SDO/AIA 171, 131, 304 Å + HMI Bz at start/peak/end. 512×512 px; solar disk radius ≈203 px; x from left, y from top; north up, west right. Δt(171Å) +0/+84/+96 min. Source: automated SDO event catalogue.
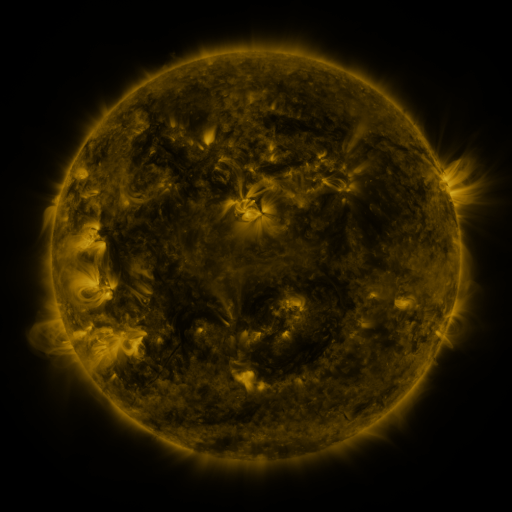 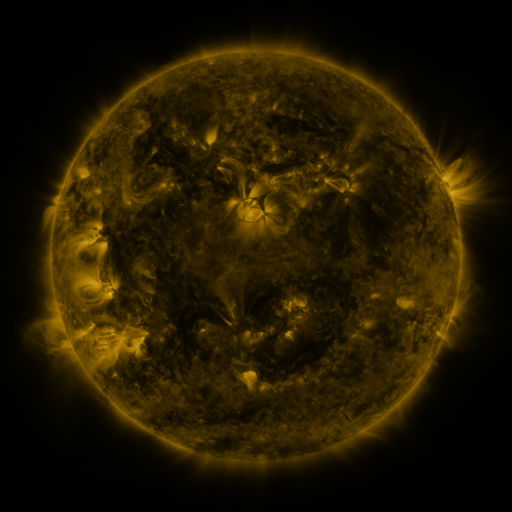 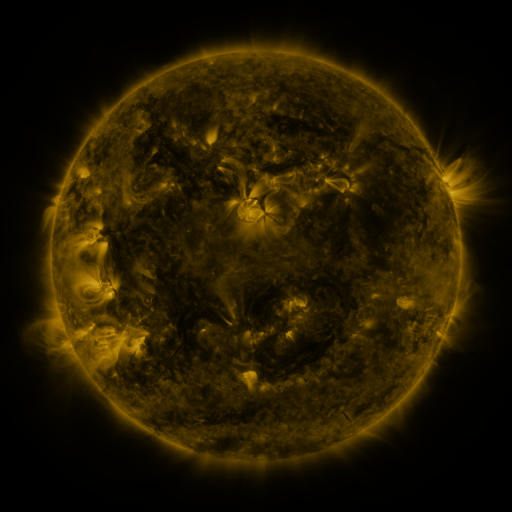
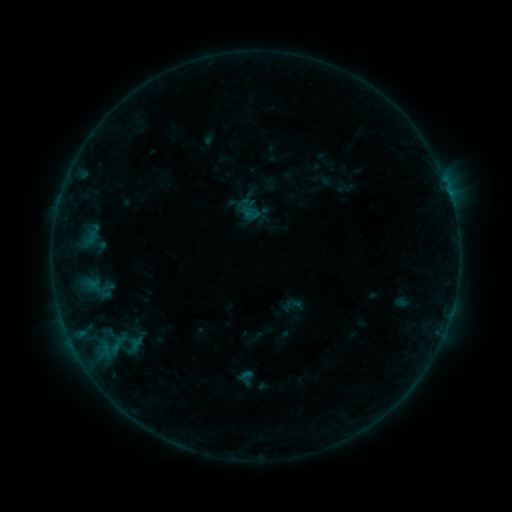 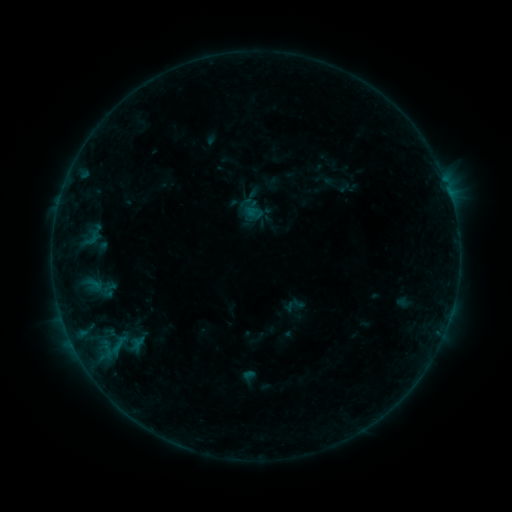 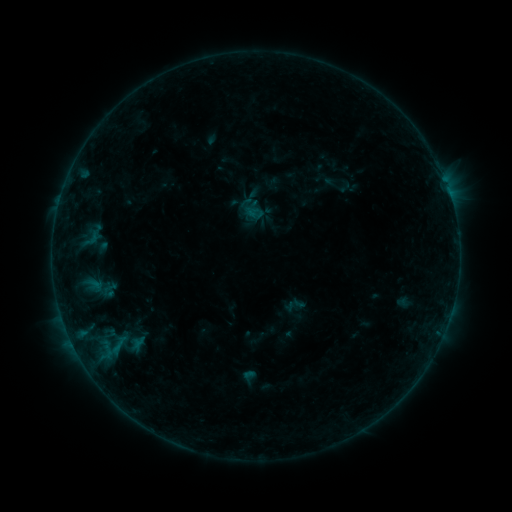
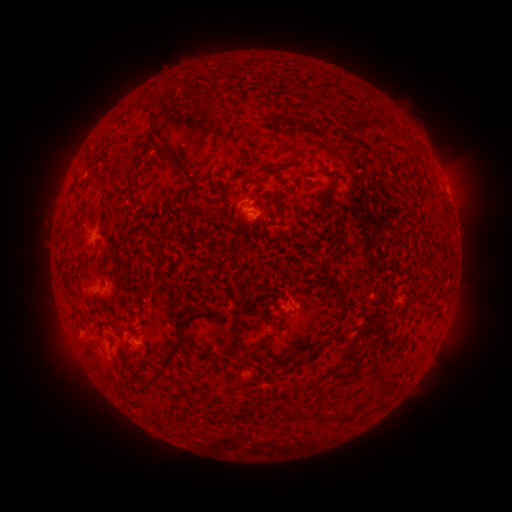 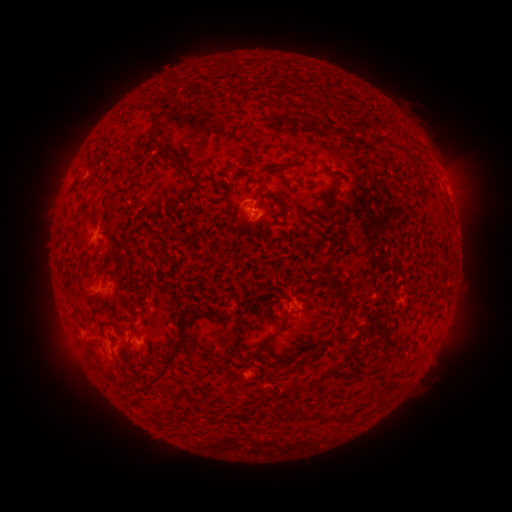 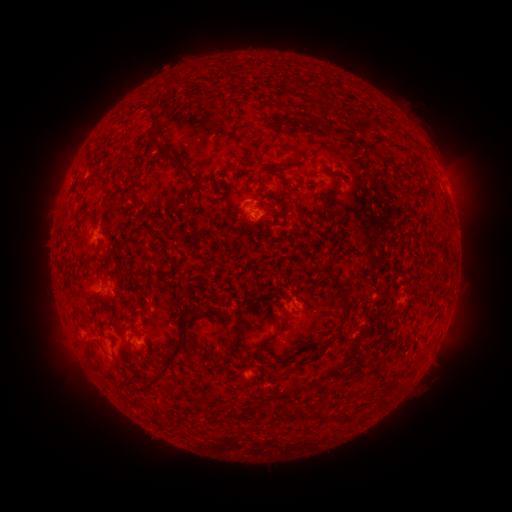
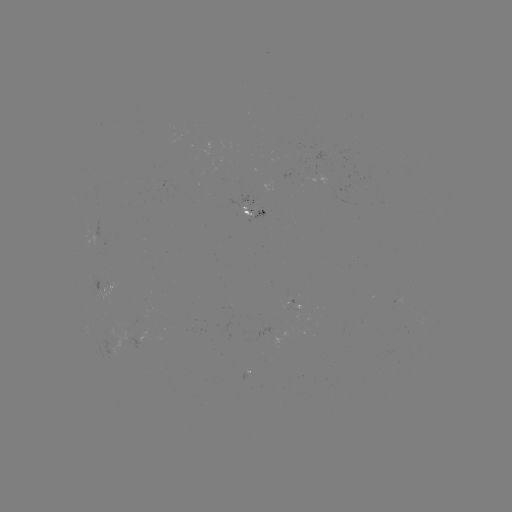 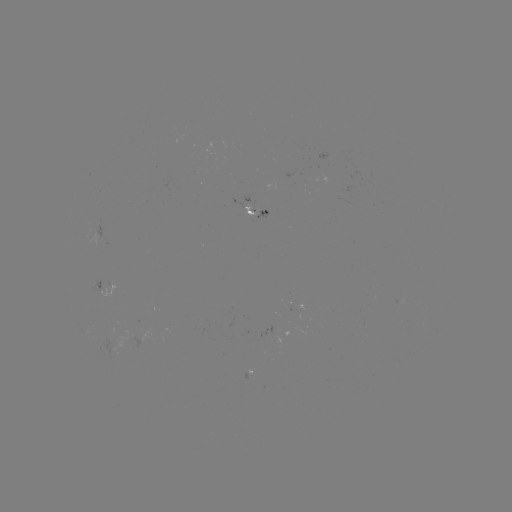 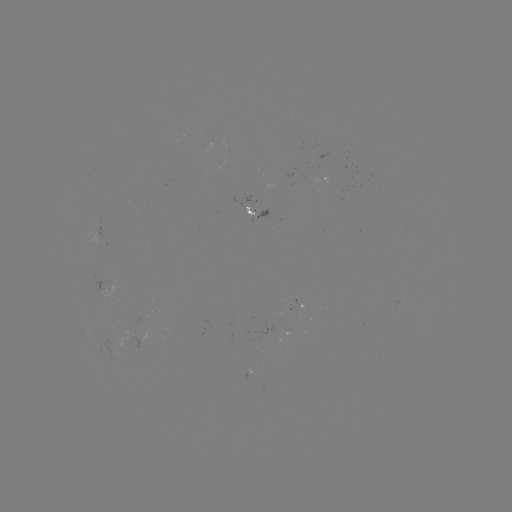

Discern emerging-flux region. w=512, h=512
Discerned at [252, 206].